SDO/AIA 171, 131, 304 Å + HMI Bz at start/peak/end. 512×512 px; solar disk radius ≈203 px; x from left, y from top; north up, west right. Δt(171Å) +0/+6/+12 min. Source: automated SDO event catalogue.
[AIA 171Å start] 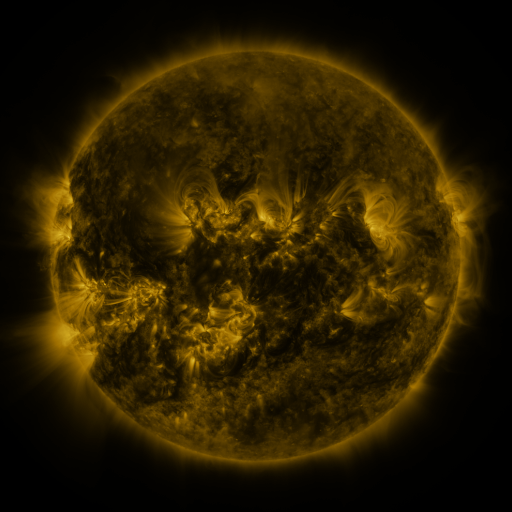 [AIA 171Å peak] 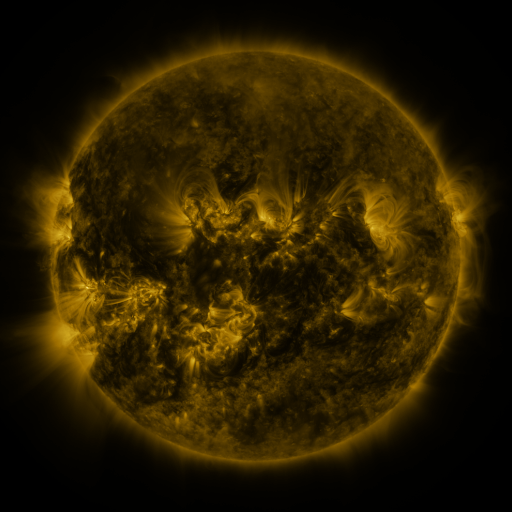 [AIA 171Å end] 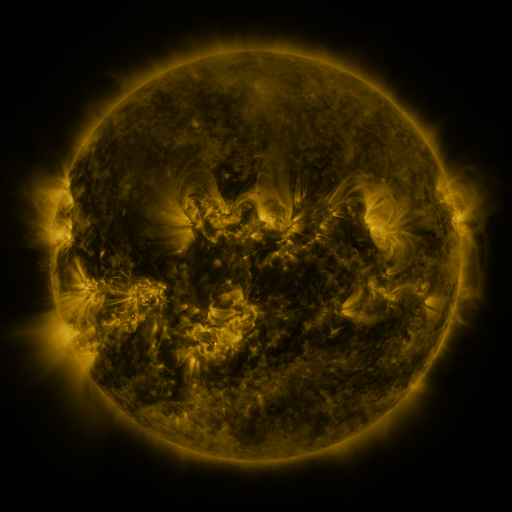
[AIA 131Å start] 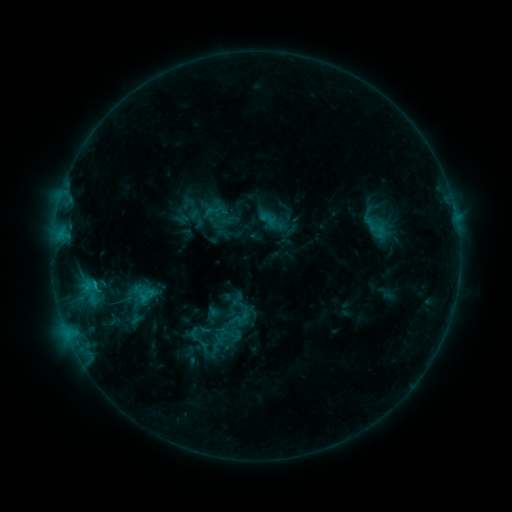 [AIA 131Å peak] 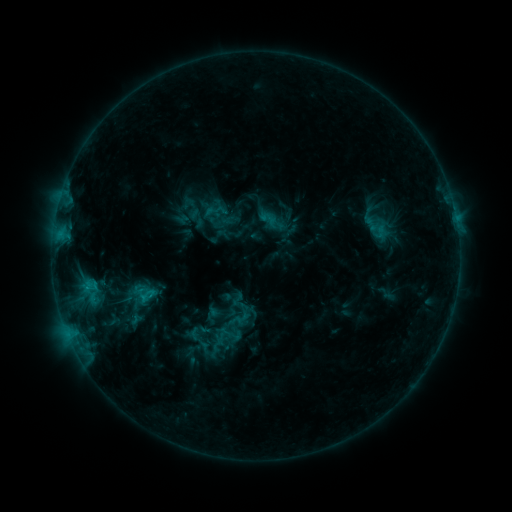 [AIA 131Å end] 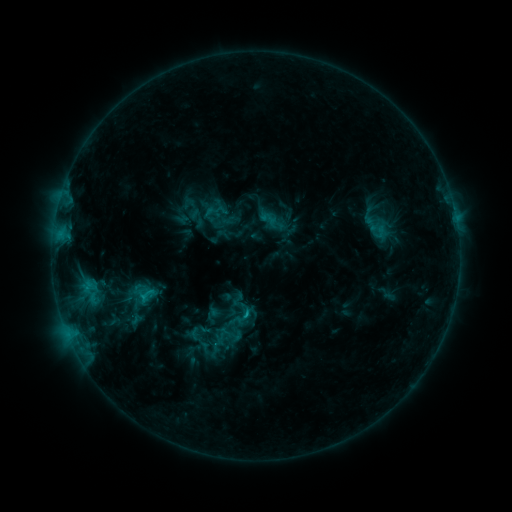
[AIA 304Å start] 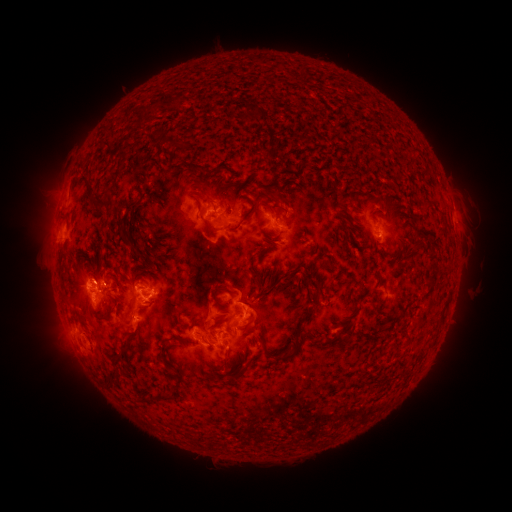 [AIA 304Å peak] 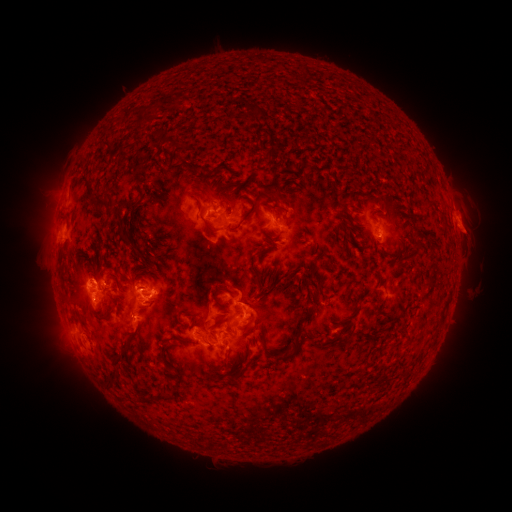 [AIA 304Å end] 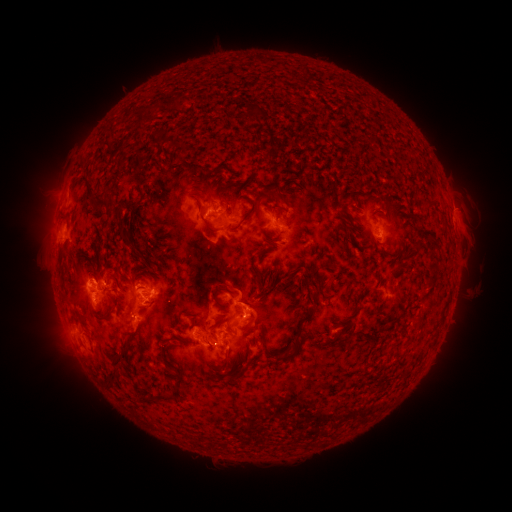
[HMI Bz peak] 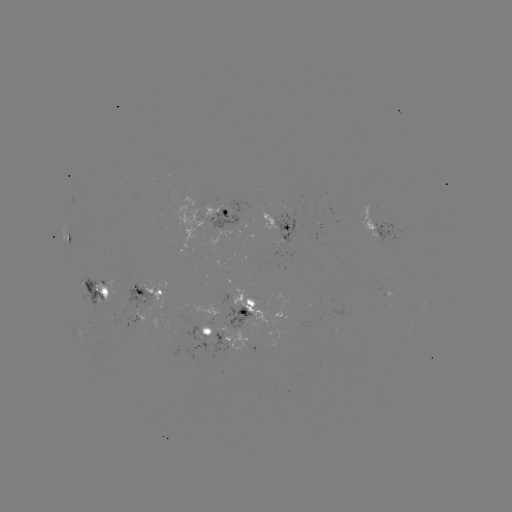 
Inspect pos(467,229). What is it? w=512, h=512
eruption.